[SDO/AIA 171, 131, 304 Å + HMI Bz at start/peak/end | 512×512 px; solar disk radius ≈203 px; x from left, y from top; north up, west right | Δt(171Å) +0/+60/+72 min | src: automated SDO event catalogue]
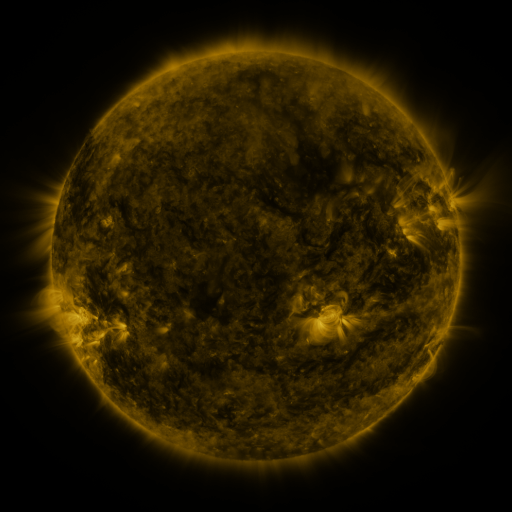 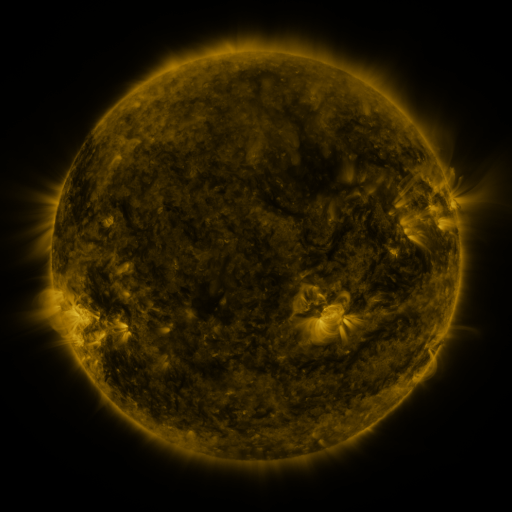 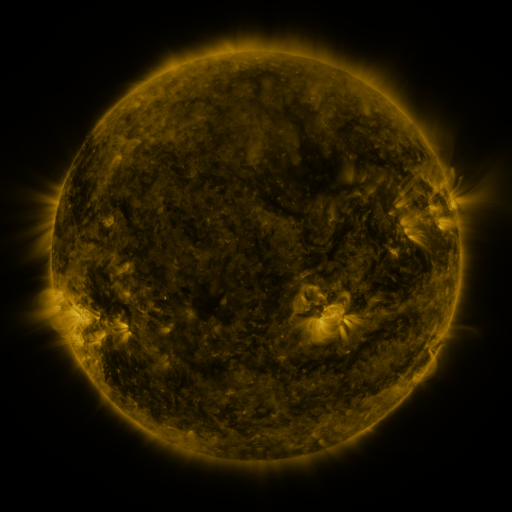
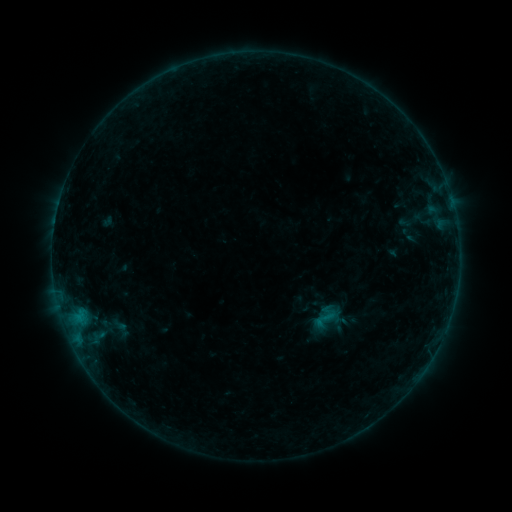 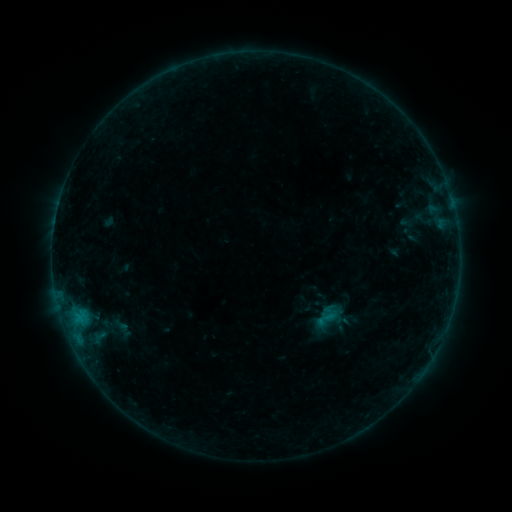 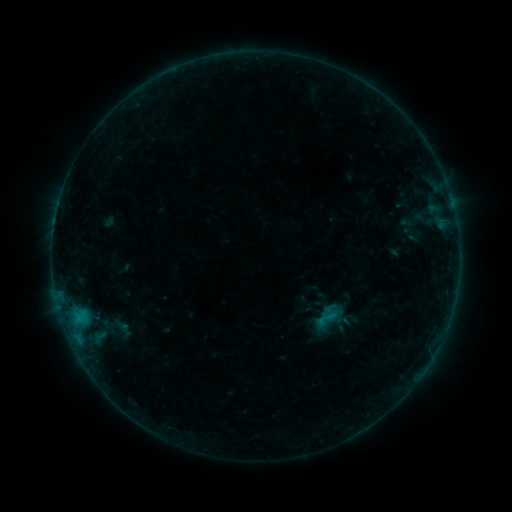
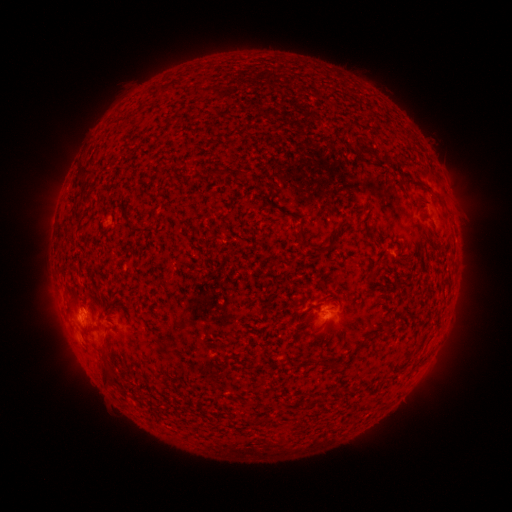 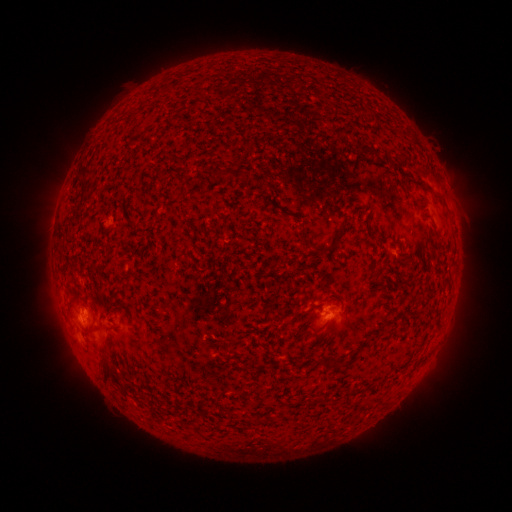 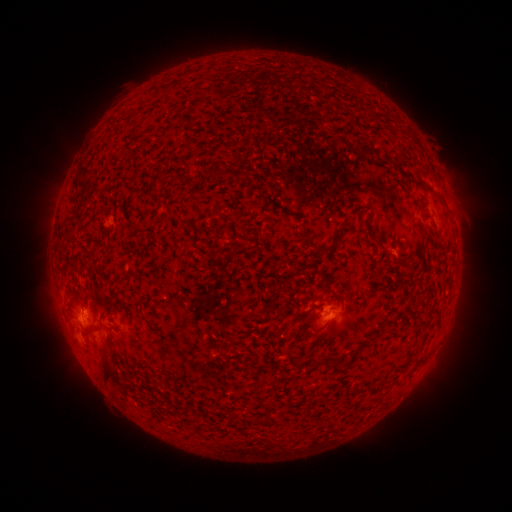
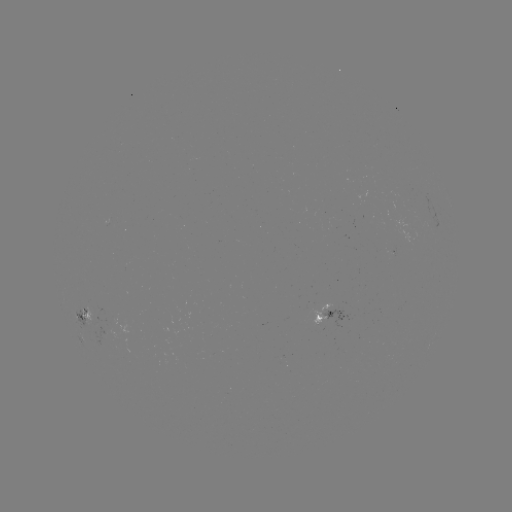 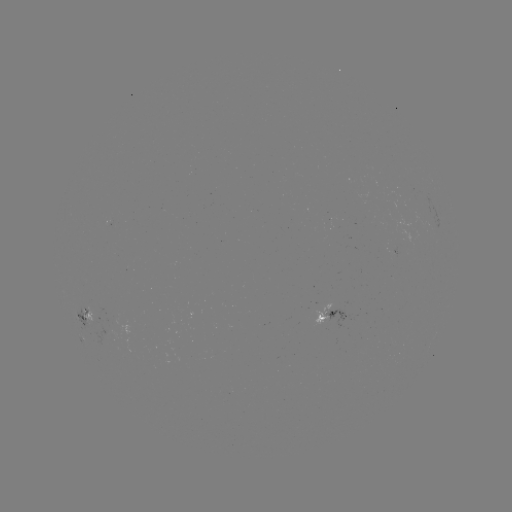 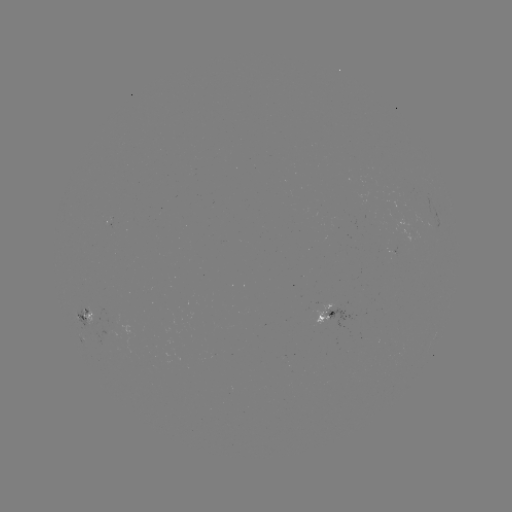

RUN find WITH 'emerging-flux region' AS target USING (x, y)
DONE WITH (96, 312) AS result